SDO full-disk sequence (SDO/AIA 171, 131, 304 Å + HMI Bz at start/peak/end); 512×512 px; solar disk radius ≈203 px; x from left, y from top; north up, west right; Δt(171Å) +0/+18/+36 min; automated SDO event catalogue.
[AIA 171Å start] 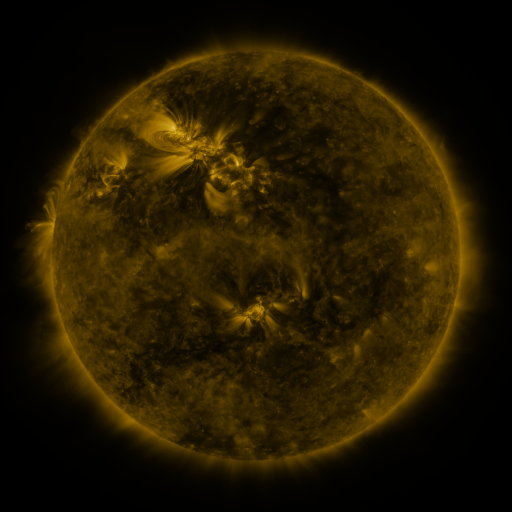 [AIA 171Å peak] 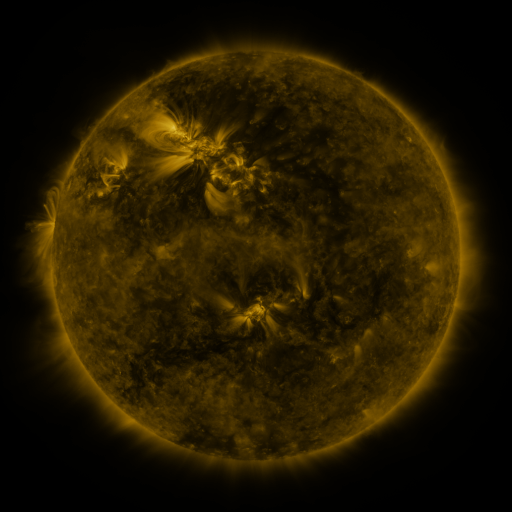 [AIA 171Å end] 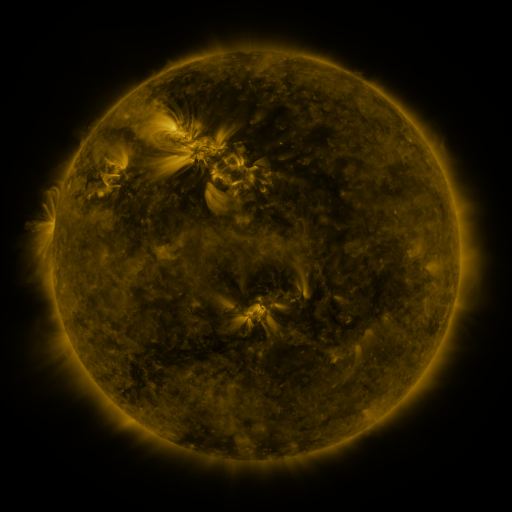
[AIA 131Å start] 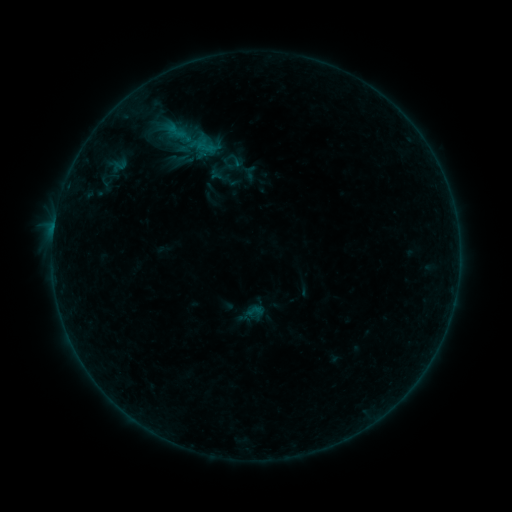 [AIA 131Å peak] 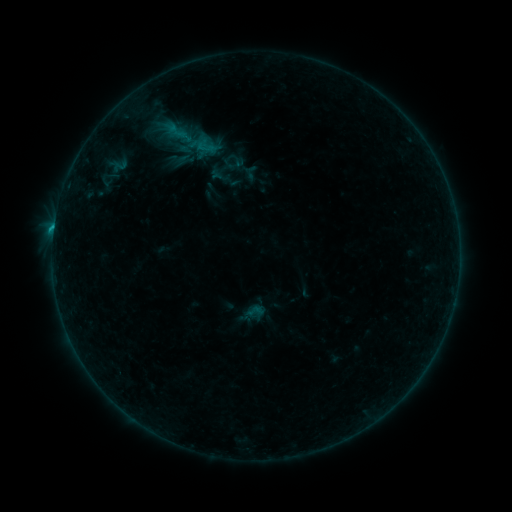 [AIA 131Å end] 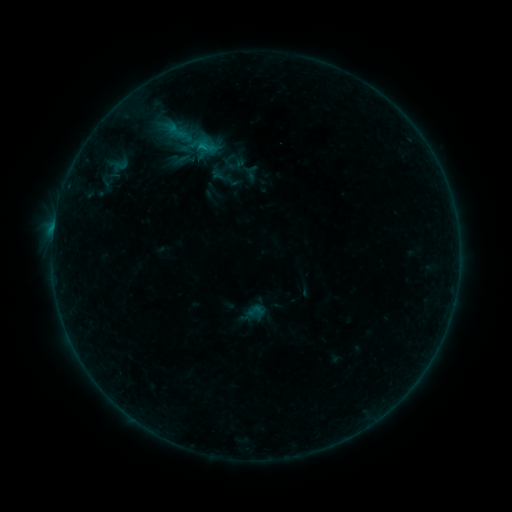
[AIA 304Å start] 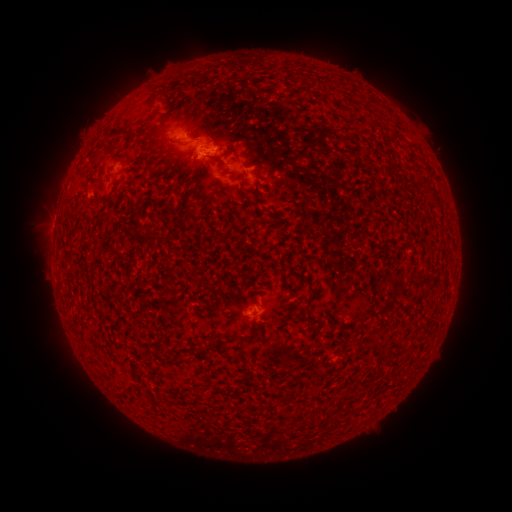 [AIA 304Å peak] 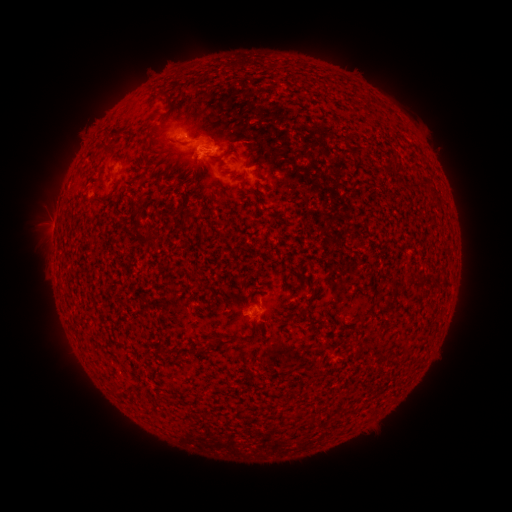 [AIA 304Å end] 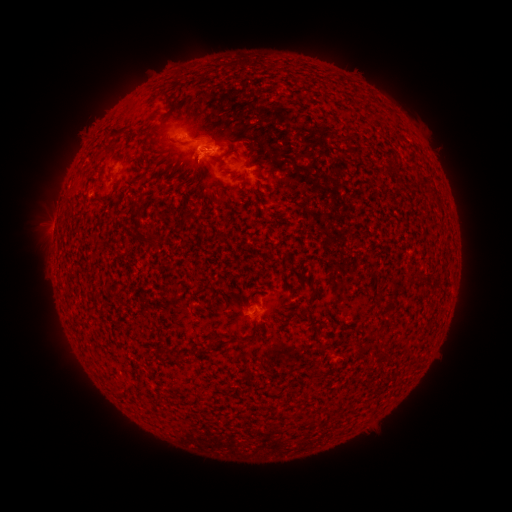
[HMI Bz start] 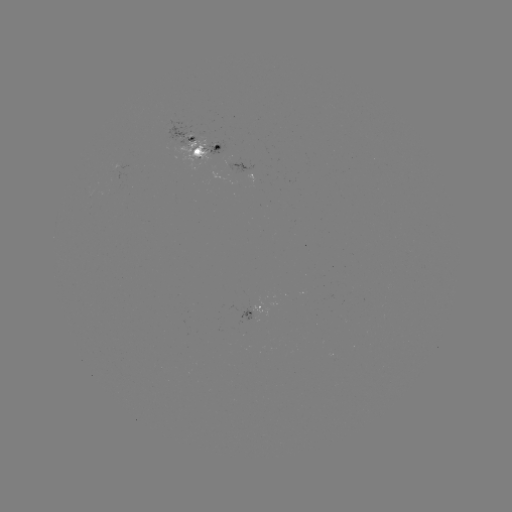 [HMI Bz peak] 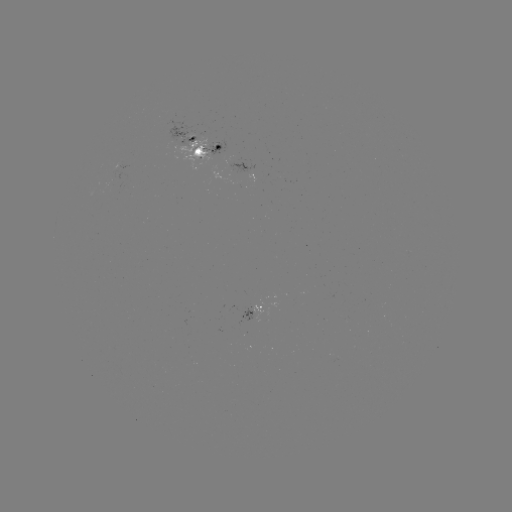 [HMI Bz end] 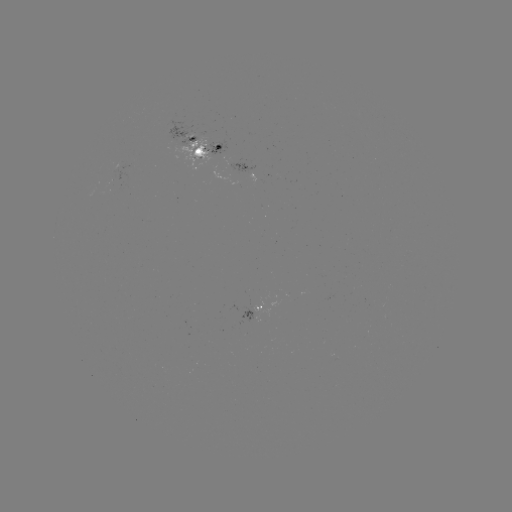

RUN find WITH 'emerging-flux region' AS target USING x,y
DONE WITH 254,317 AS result